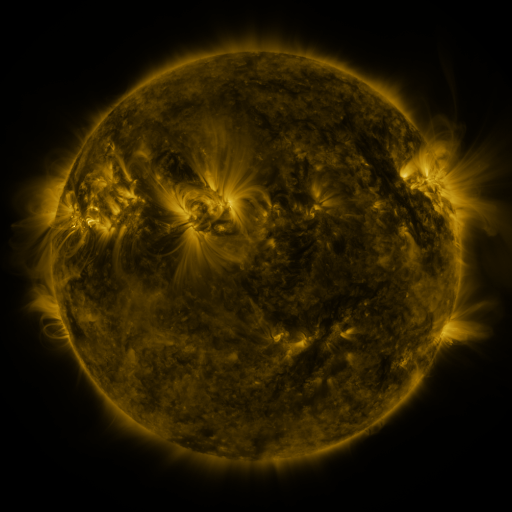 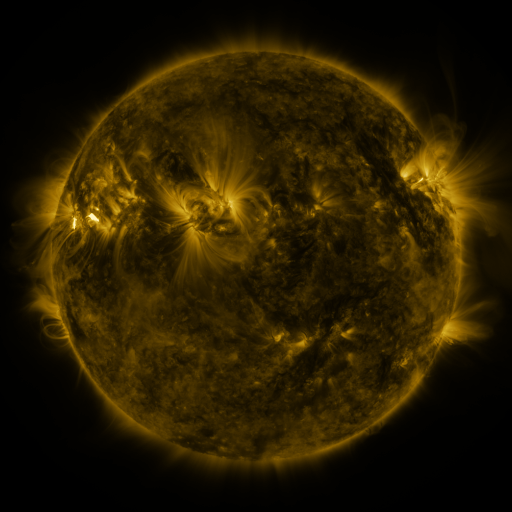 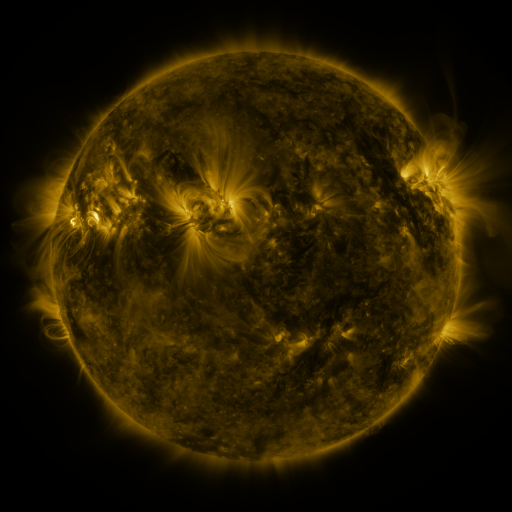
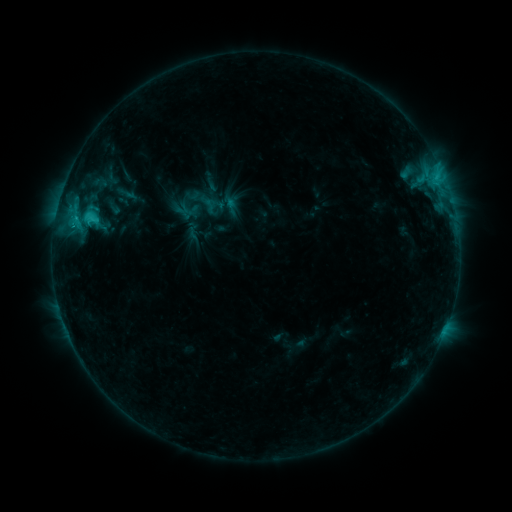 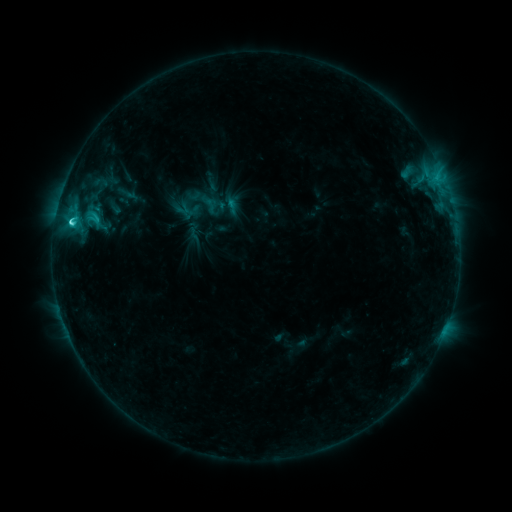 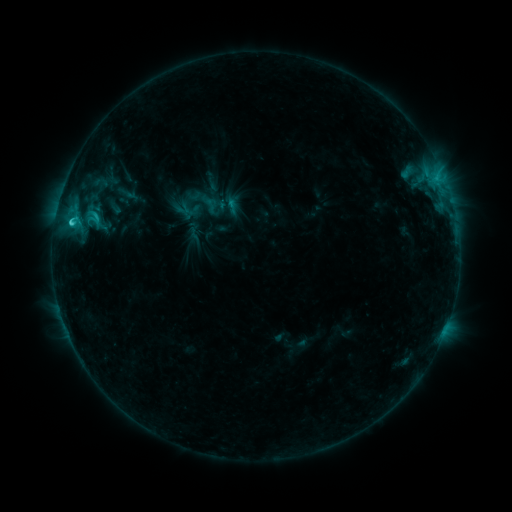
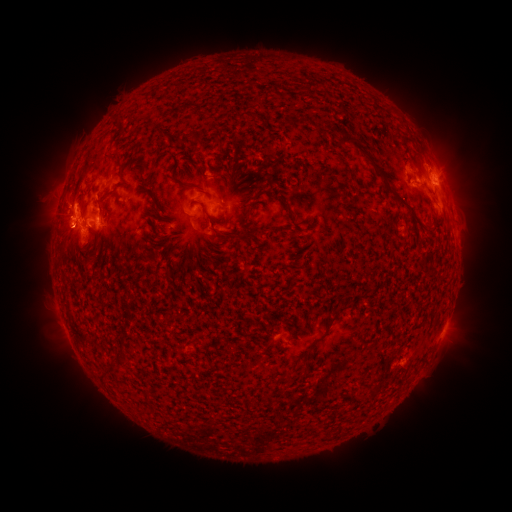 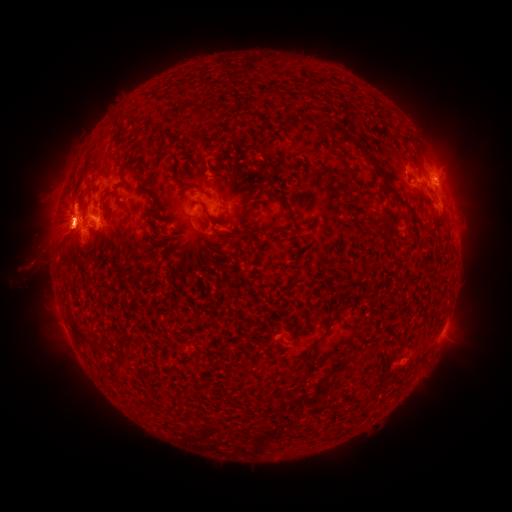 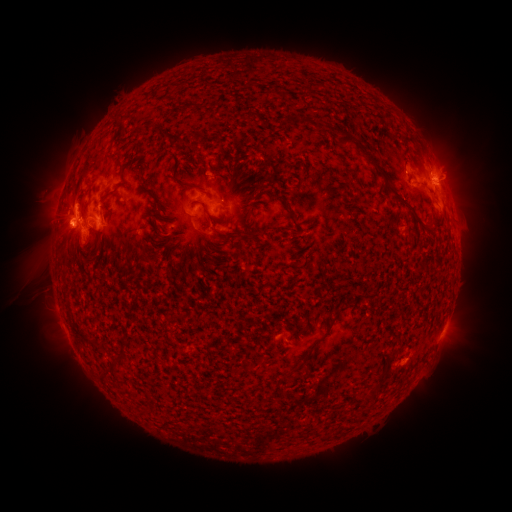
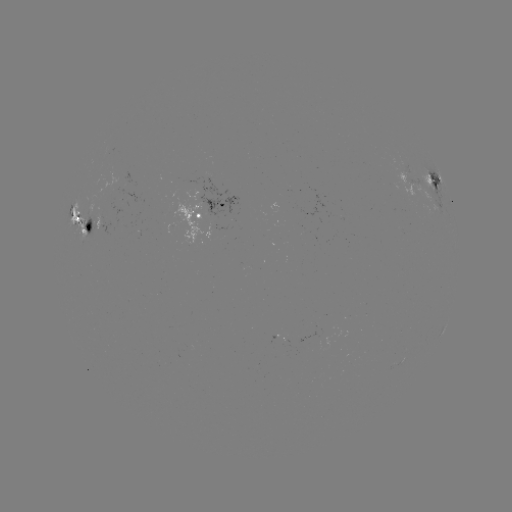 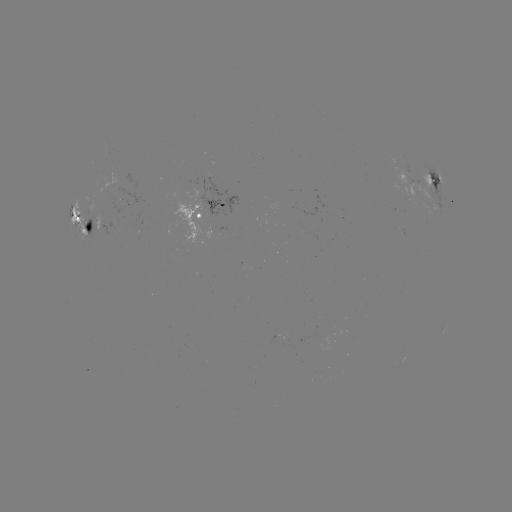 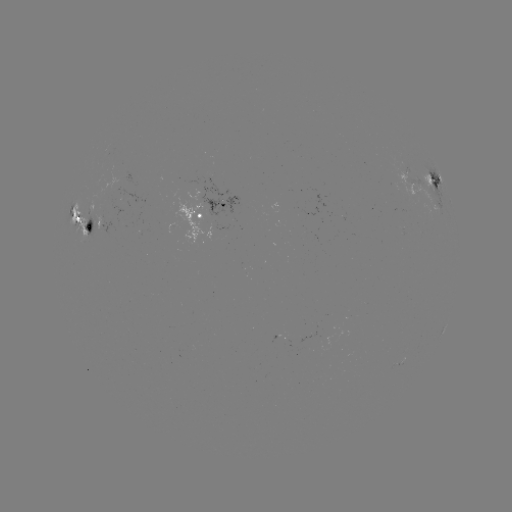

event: eruption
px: (45, 261)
